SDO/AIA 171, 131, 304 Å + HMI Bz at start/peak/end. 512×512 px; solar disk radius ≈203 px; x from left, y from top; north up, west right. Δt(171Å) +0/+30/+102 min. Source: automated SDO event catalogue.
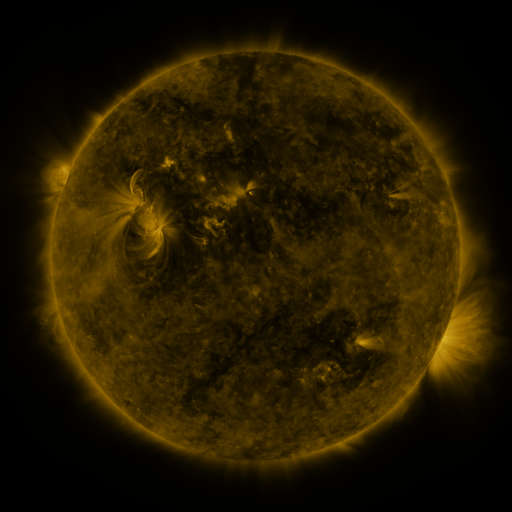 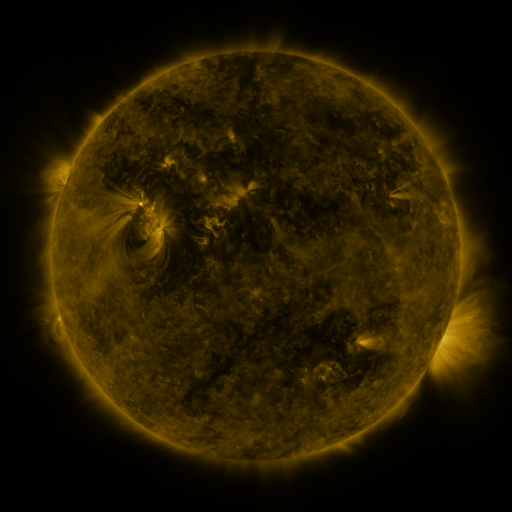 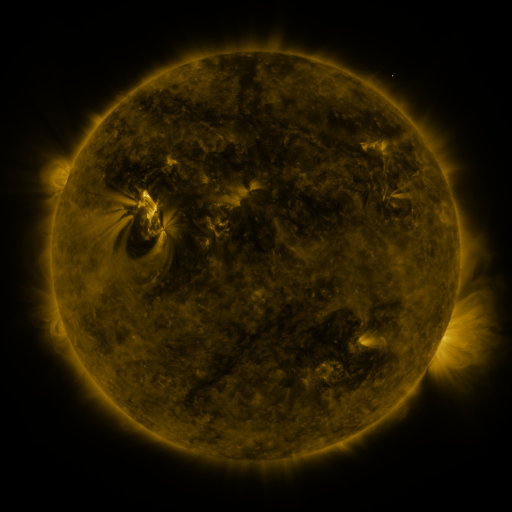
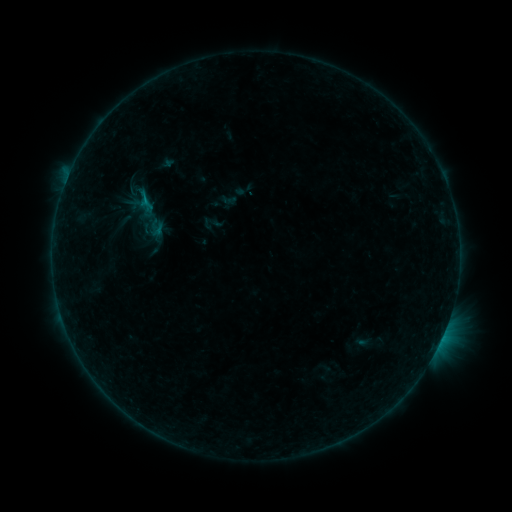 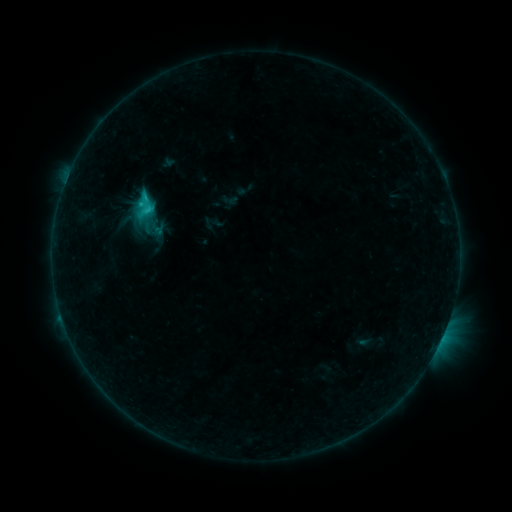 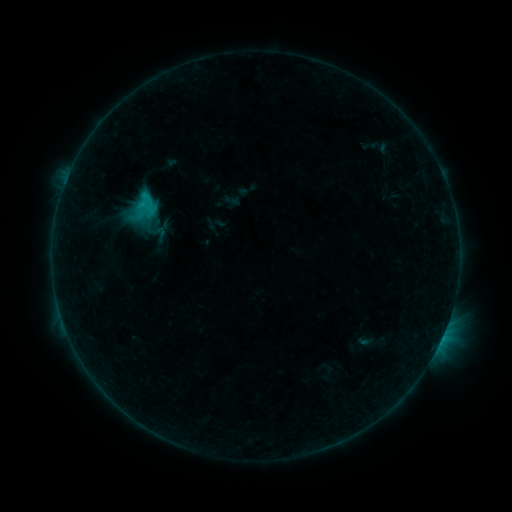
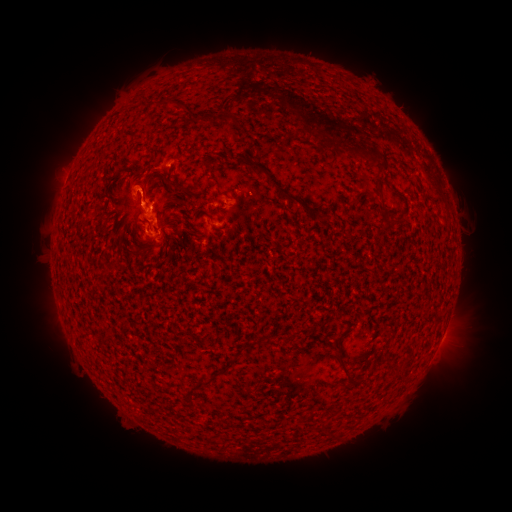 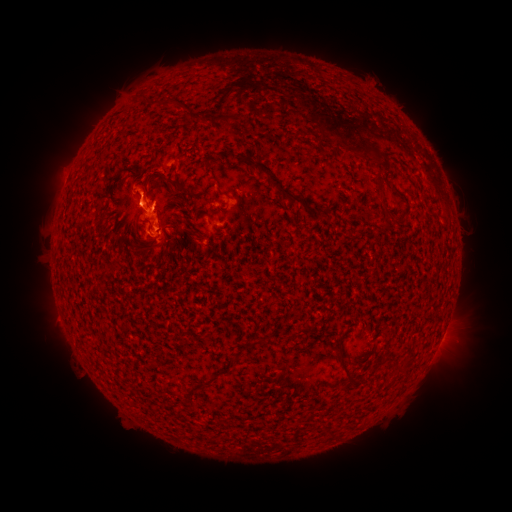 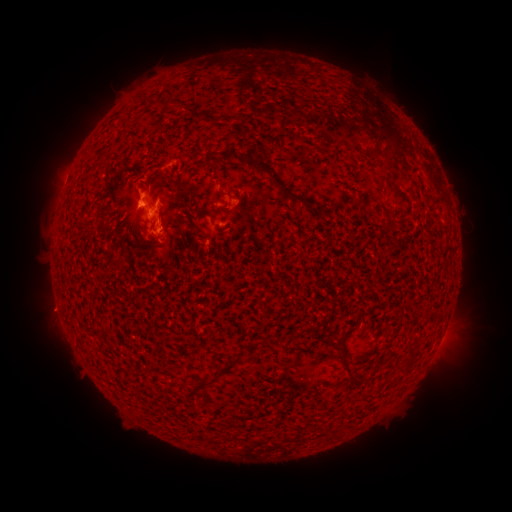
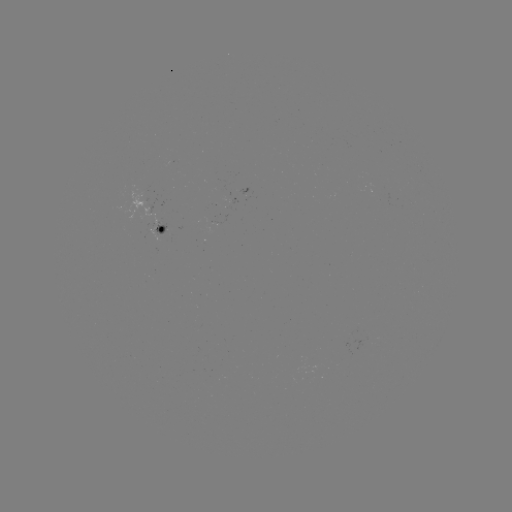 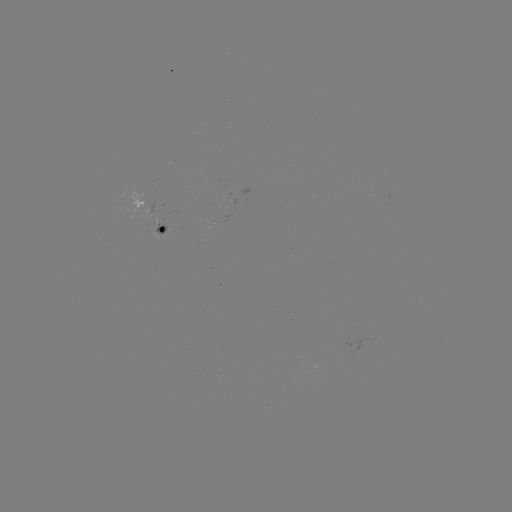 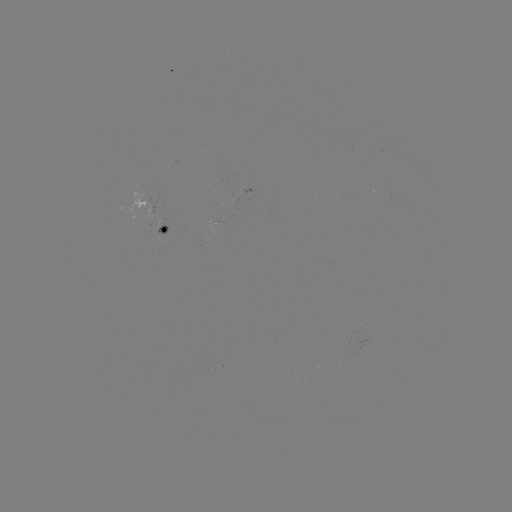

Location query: C3.2 flare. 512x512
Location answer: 61,316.